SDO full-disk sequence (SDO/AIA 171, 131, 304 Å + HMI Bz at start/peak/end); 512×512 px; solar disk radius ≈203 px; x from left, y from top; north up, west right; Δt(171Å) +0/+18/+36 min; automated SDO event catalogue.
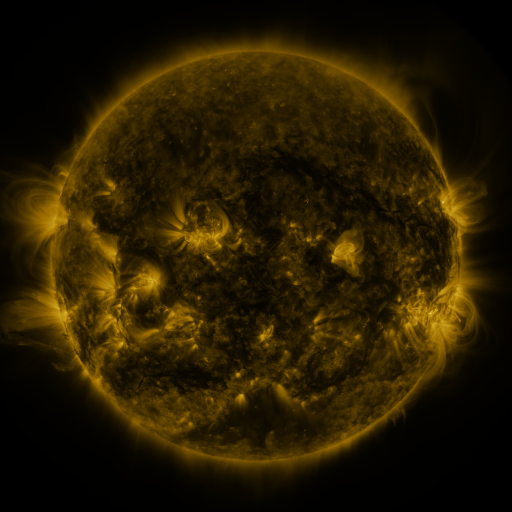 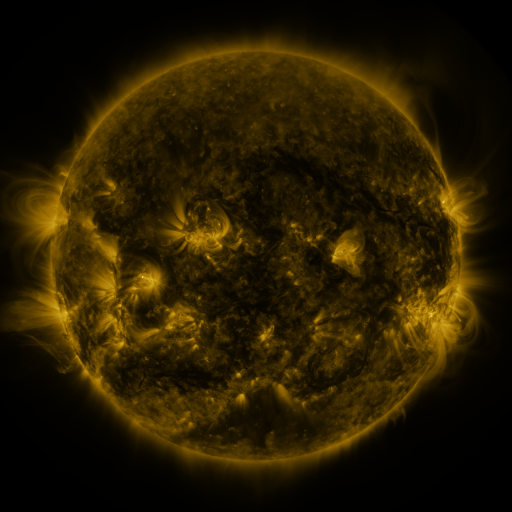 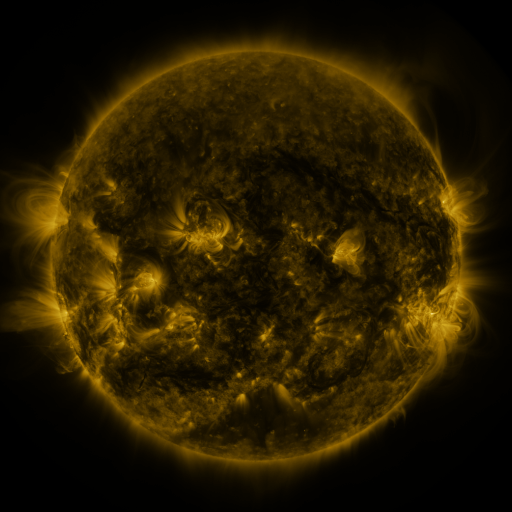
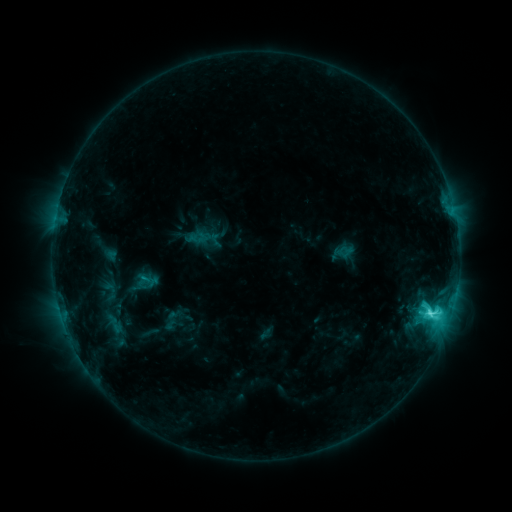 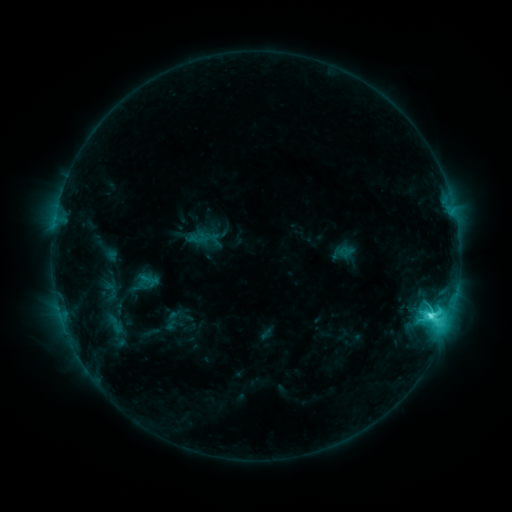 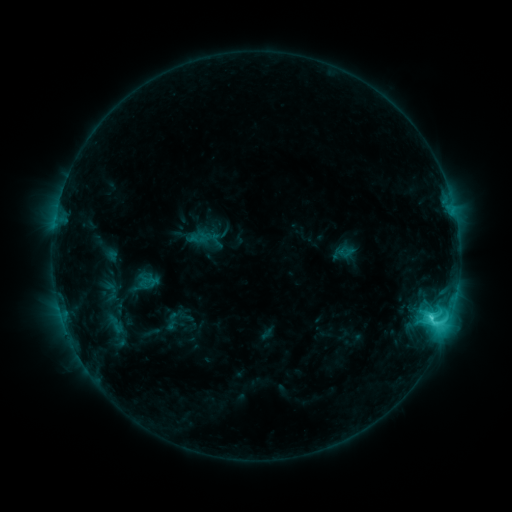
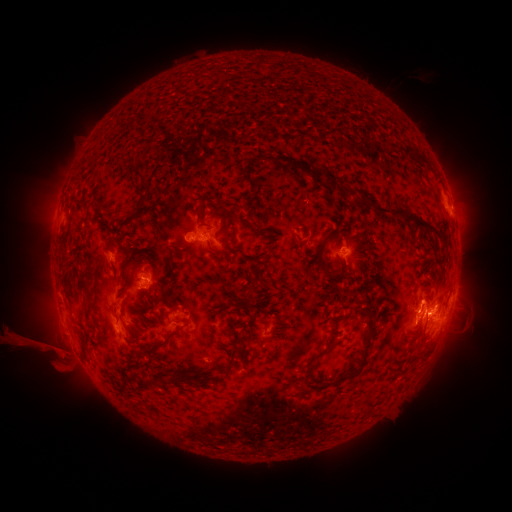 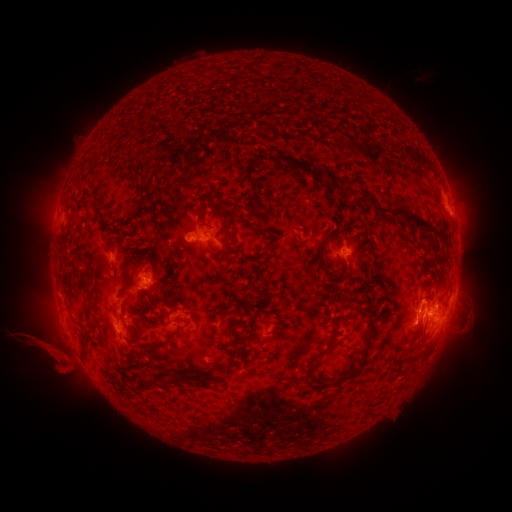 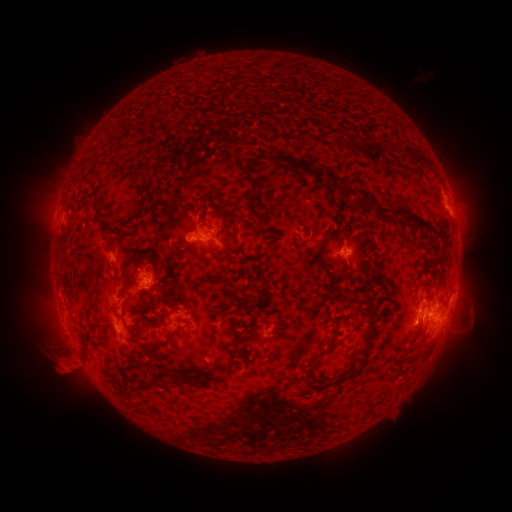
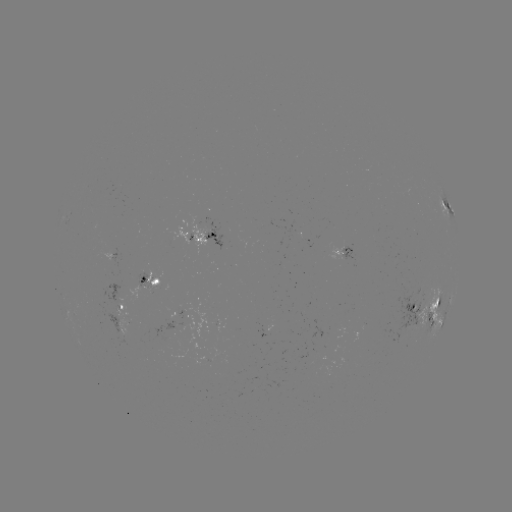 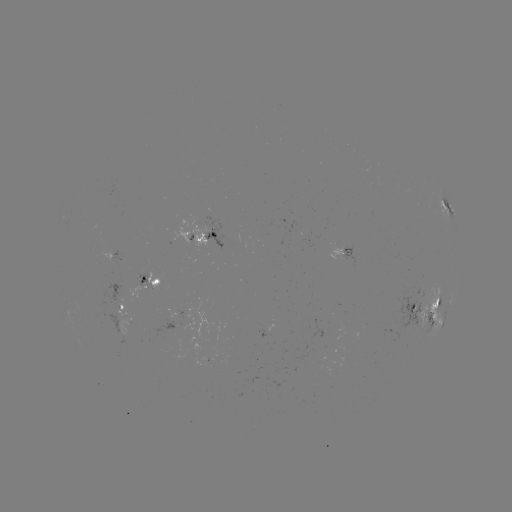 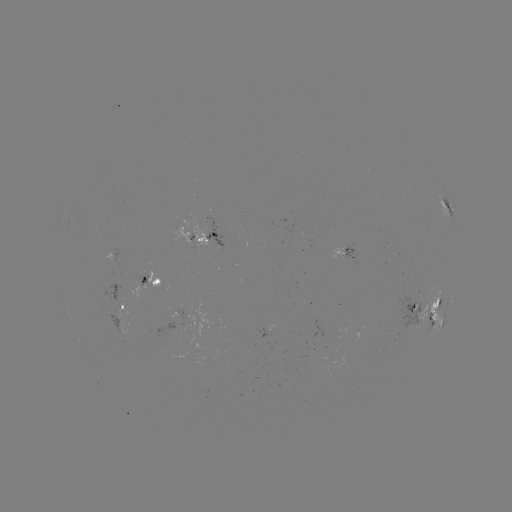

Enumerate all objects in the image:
eruption: (63, 361)
